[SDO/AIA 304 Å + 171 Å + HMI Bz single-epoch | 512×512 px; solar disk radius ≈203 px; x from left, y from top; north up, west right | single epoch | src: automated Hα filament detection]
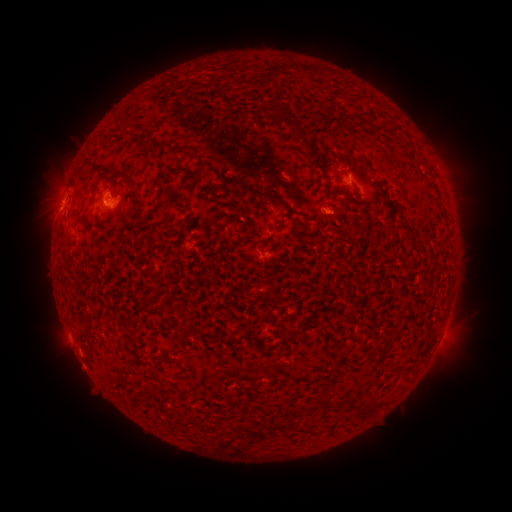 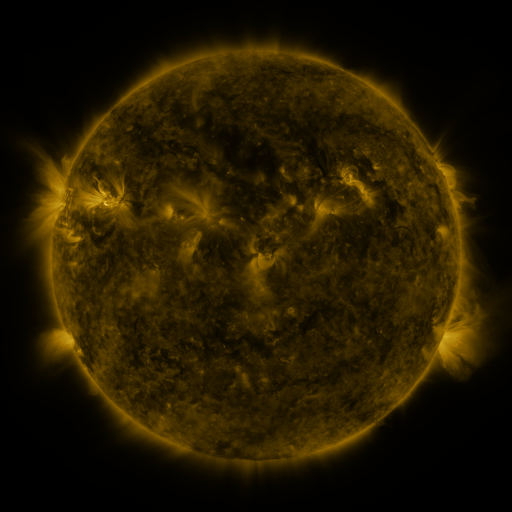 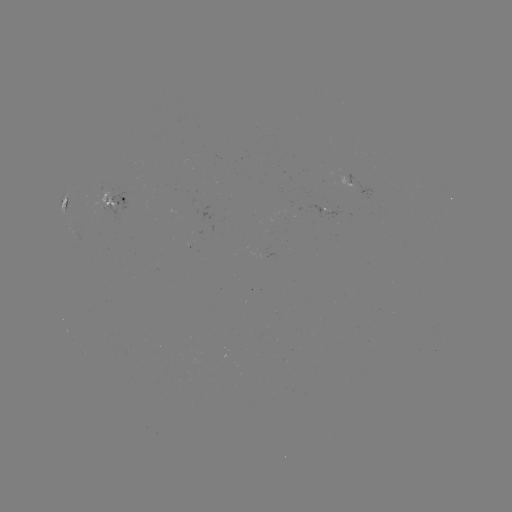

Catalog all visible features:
filament: [298, 64, 308, 76]
filament: [255, 73, 271, 90]
filament: [291, 128, 304, 140]
filament: [136, 139, 150, 152]
filament: [150, 141, 169, 154]
filament: [170, 145, 189, 157]
filament: [305, 148, 315, 158]
filament: [353, 158, 368, 176]
filament: [195, 161, 206, 174]
filament: [165, 169, 177, 178]
filament: [127, 180, 145, 203]
filament: [235, 180, 282, 204]
filament: [196, 185, 230, 199]
filament: [341, 191, 355, 206]
filament: [180, 205, 192, 212]
filament: [389, 218, 415, 237]
filament: [155, 305, 164, 314]
filament: [268, 310, 275, 322]
filament: [187, 314, 195, 324]
filament: [286, 328, 299, 336]
filament: [241, 334, 252, 345]
filament: [147, 384, 158, 393]
filament: [318, 390, 332, 407]
filament: [368, 395, 378, 411]
